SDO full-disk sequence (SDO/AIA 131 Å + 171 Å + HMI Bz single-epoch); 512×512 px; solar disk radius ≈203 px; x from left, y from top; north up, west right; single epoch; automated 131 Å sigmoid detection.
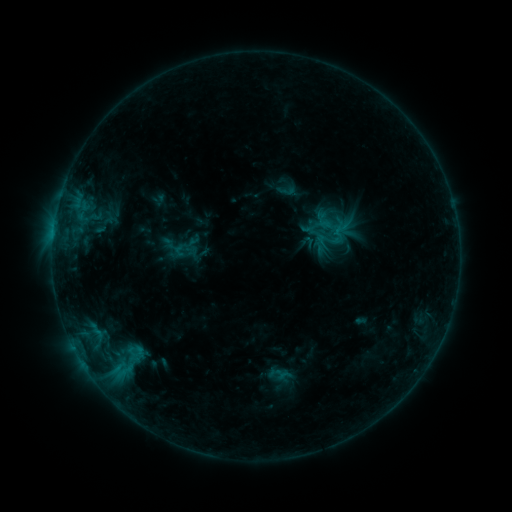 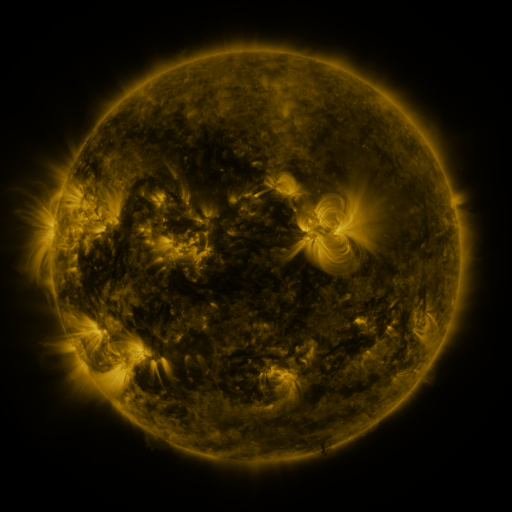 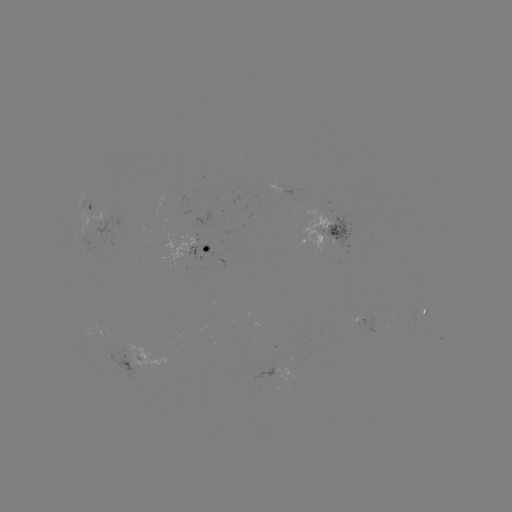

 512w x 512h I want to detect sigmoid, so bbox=[317, 227, 347, 254].